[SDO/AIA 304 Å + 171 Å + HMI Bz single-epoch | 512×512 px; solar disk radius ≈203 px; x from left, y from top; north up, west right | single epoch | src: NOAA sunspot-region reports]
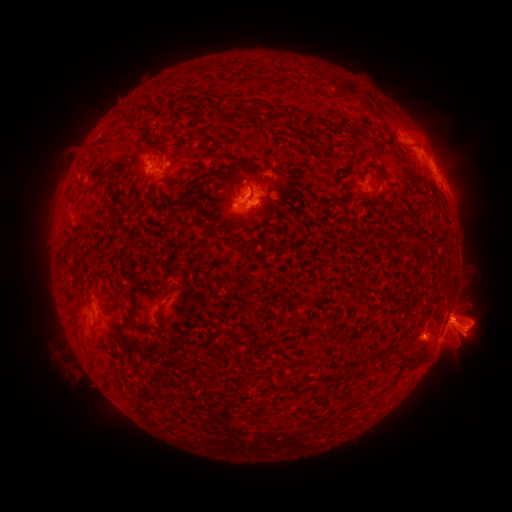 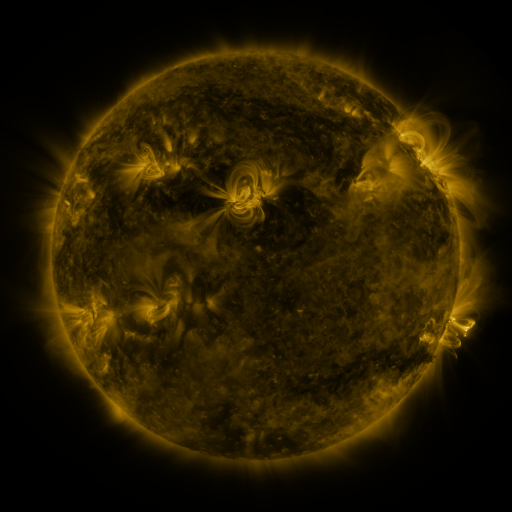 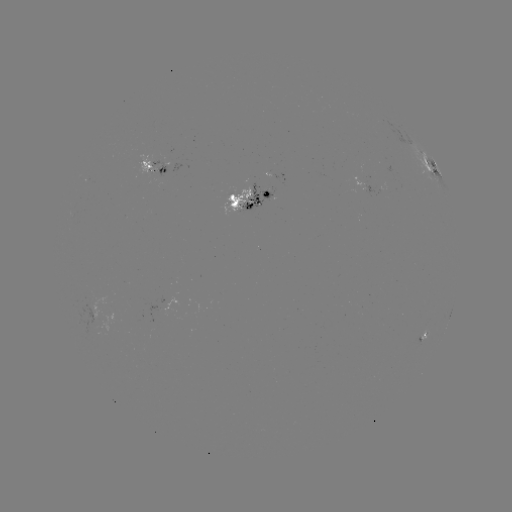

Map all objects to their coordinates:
spotted active region: (156, 169)
spotted active region: (433, 169)
spotted active region: (372, 190)
spotted active region: (259, 192)
spotted active region: (449, 319)
spotted active region: (425, 335)
